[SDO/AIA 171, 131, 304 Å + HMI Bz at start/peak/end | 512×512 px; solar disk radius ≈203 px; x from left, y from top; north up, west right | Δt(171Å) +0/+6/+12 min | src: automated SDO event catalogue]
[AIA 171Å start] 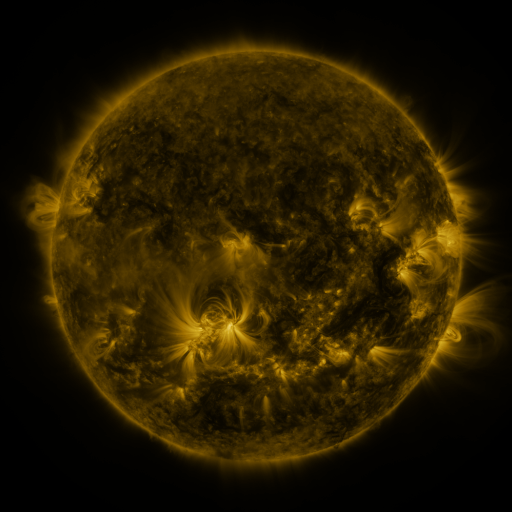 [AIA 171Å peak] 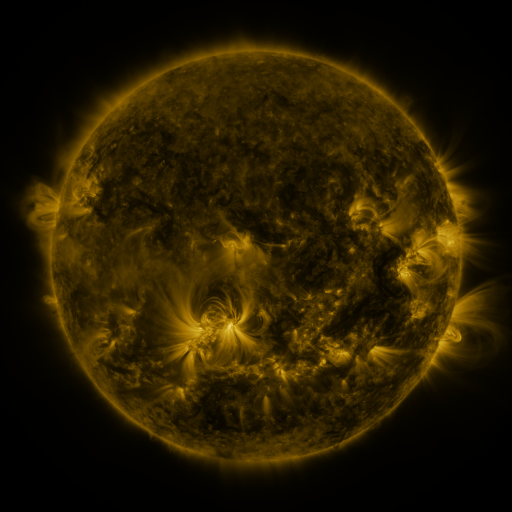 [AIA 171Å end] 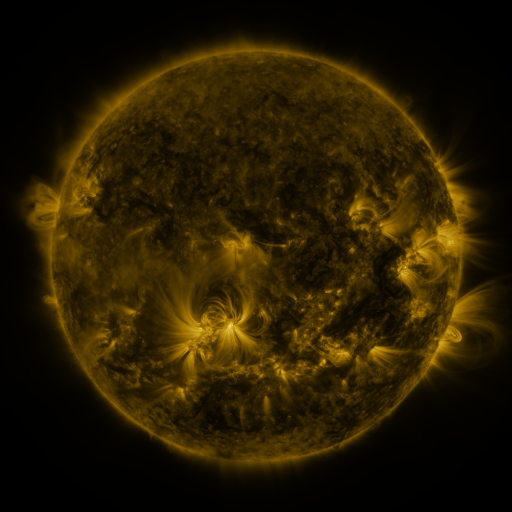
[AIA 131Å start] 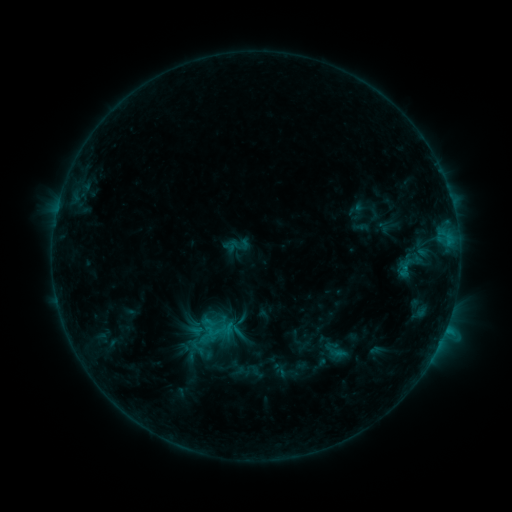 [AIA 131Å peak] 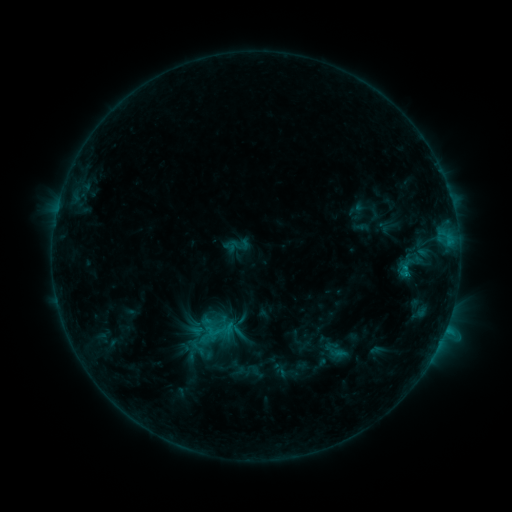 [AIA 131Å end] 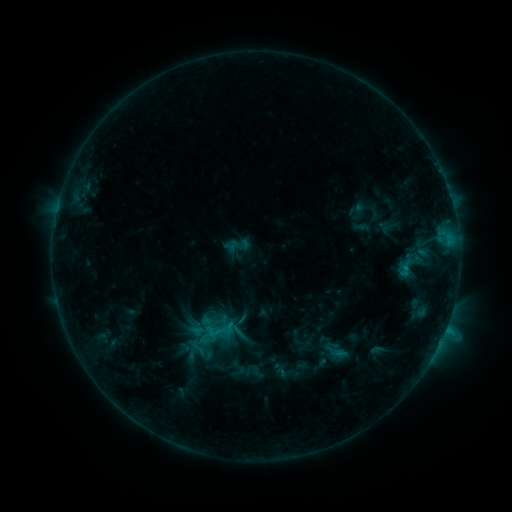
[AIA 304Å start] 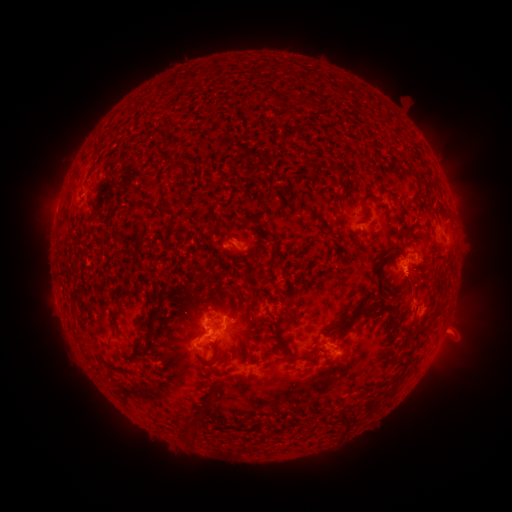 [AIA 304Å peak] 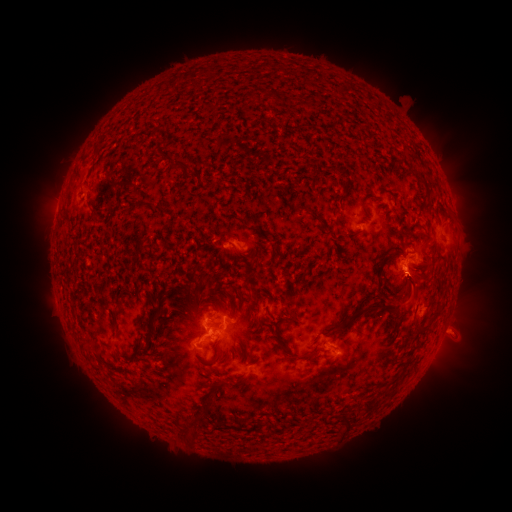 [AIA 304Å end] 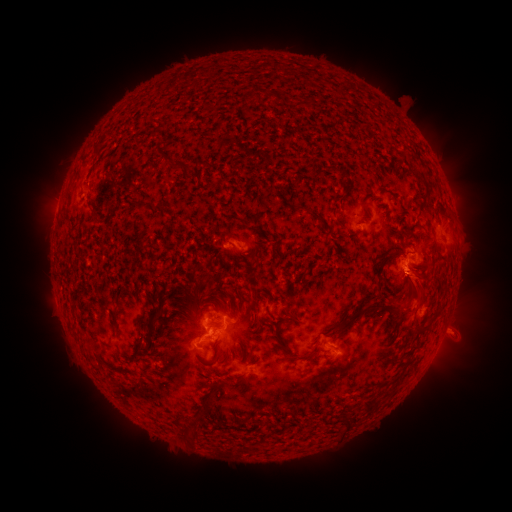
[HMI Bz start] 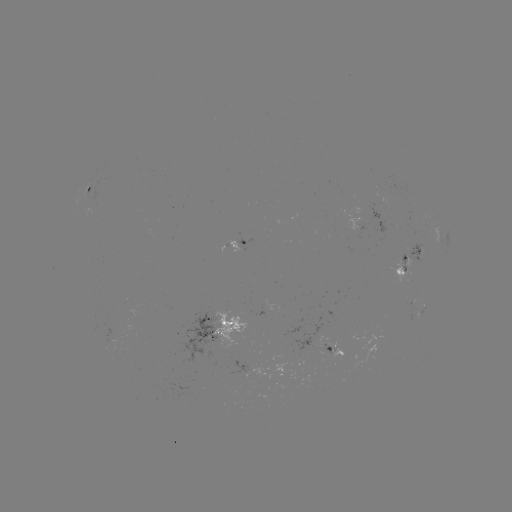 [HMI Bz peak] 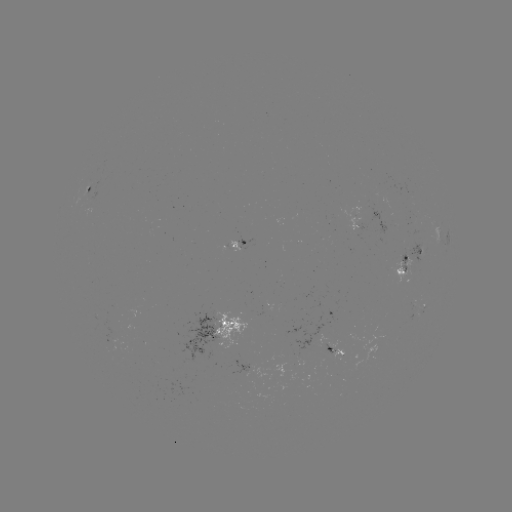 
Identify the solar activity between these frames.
eruption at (421, 284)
